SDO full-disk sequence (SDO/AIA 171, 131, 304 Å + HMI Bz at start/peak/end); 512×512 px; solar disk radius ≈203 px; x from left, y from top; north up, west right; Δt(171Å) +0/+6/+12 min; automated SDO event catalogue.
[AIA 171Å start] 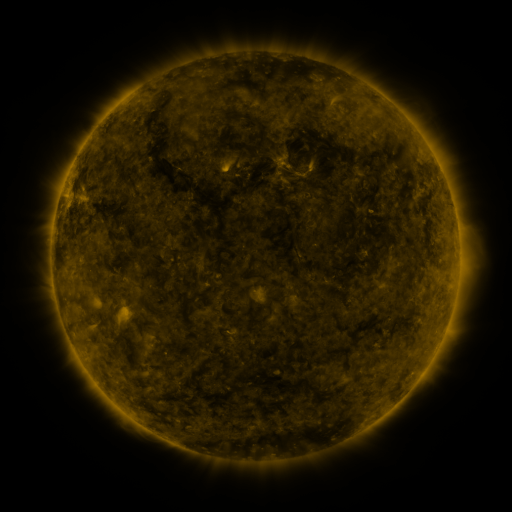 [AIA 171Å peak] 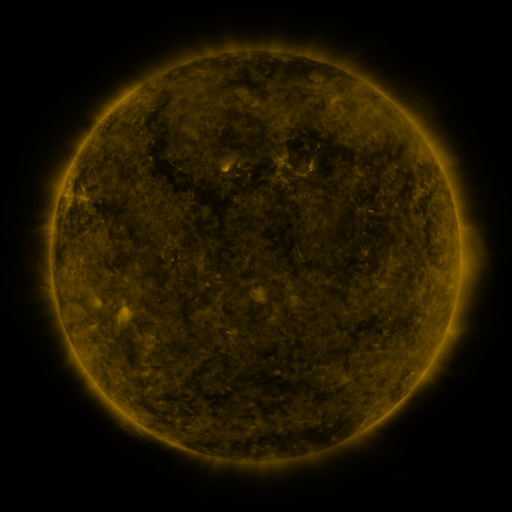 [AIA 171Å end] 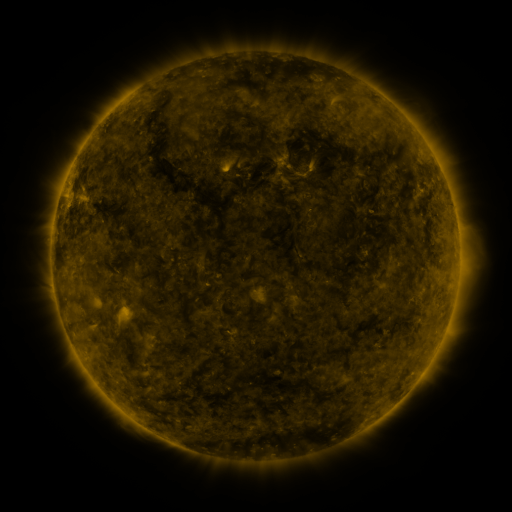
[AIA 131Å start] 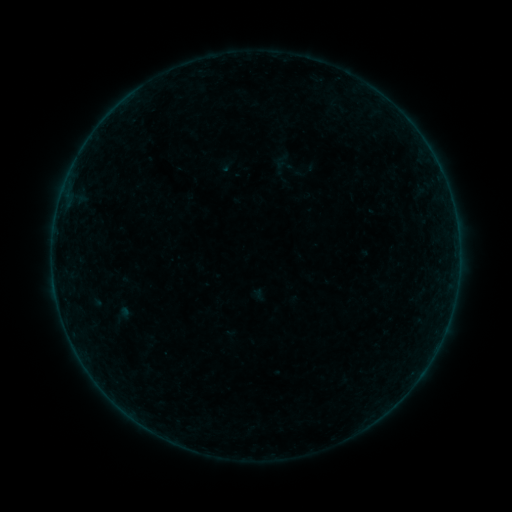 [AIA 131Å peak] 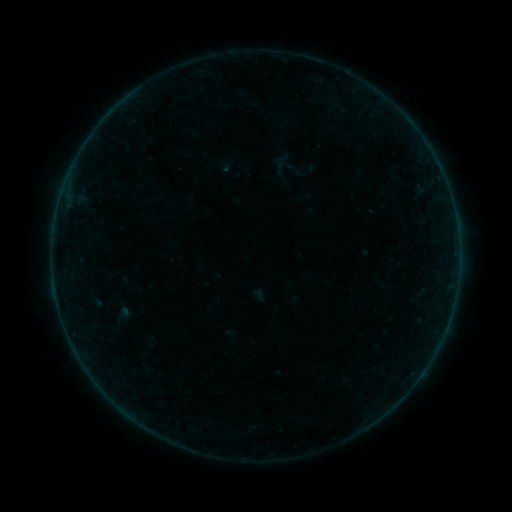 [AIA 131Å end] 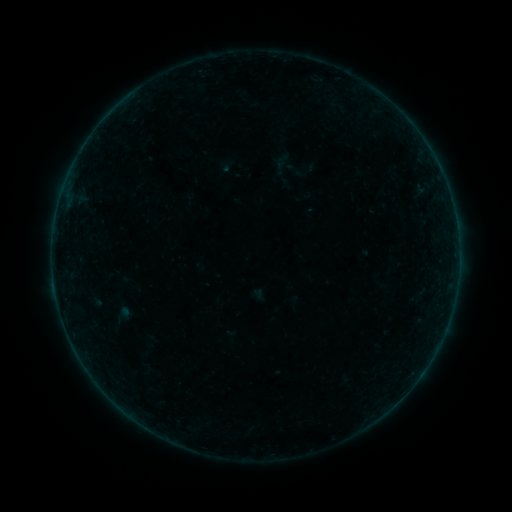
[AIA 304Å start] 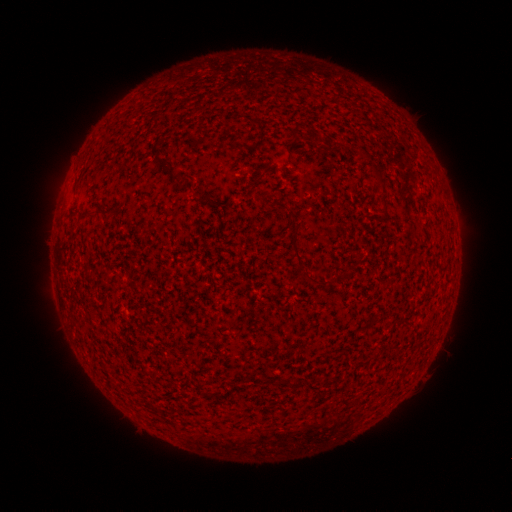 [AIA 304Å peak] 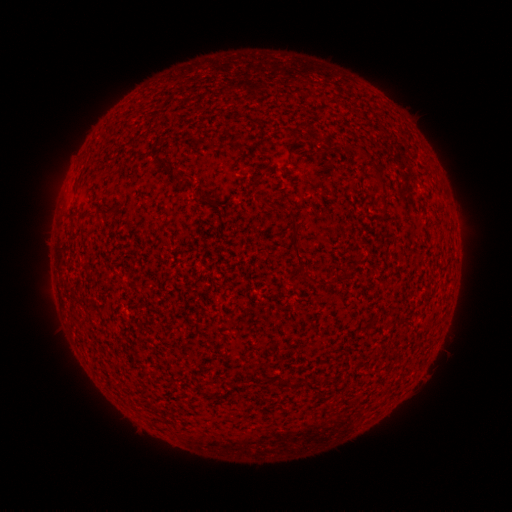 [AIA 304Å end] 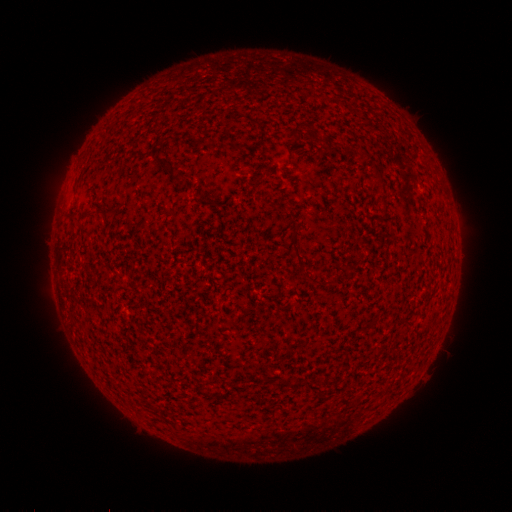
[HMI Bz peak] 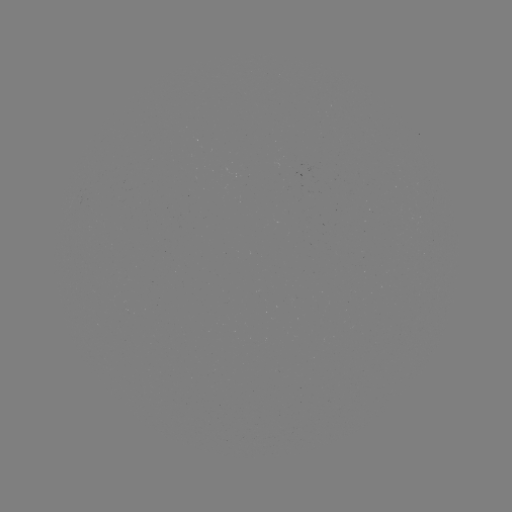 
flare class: B1.8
